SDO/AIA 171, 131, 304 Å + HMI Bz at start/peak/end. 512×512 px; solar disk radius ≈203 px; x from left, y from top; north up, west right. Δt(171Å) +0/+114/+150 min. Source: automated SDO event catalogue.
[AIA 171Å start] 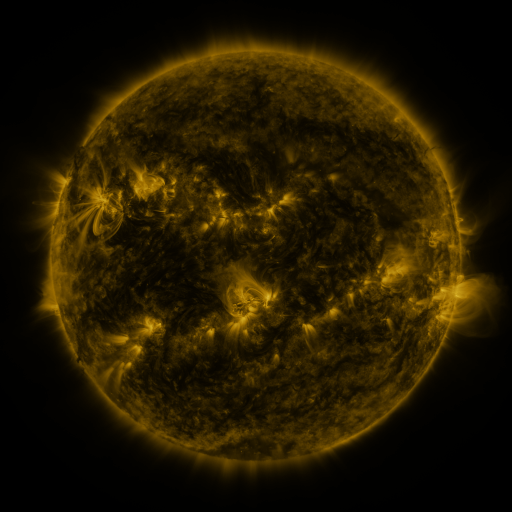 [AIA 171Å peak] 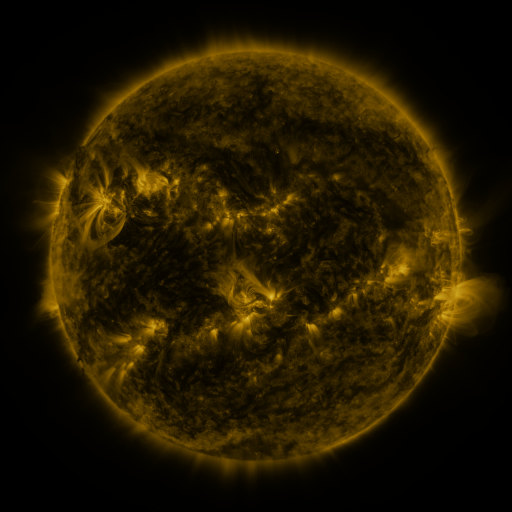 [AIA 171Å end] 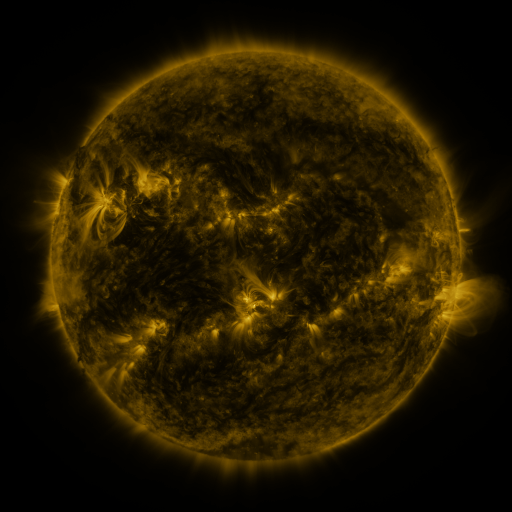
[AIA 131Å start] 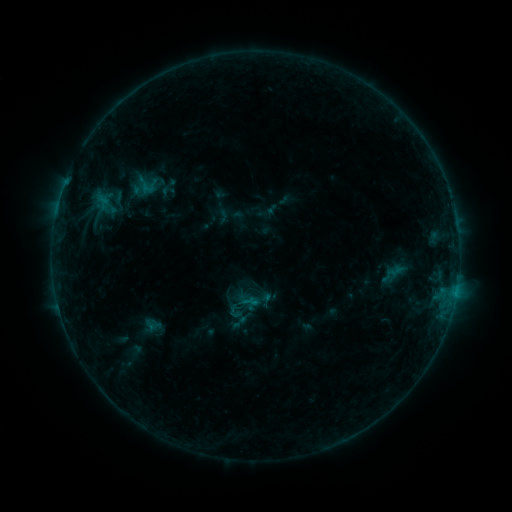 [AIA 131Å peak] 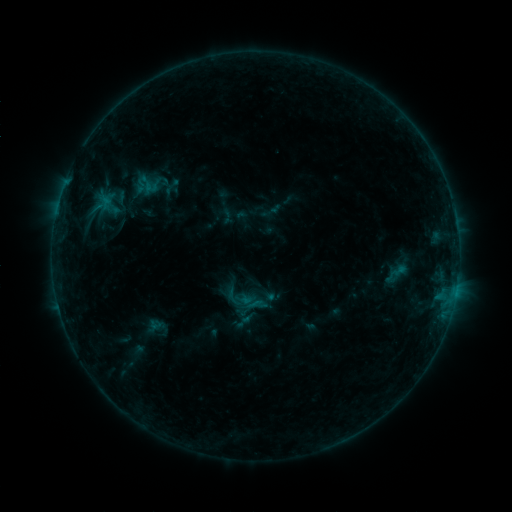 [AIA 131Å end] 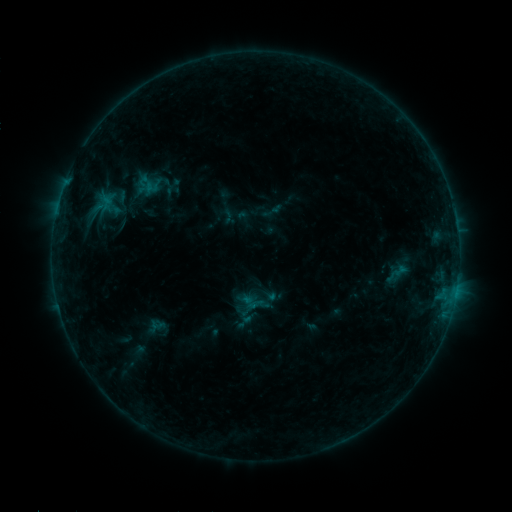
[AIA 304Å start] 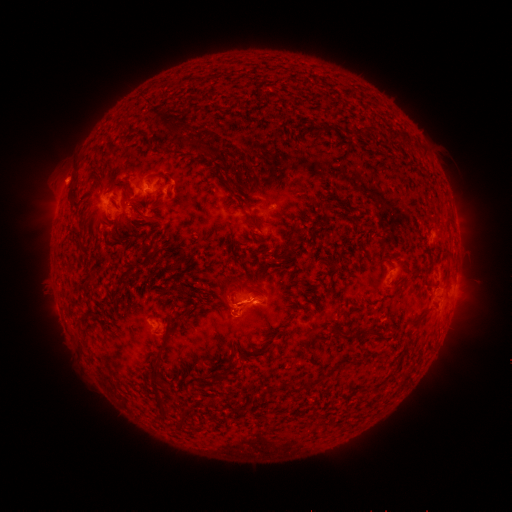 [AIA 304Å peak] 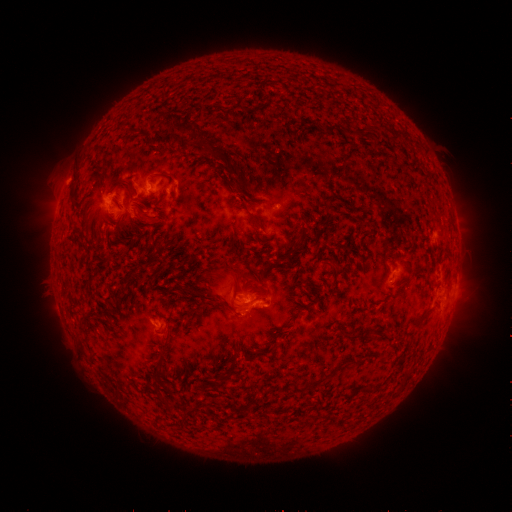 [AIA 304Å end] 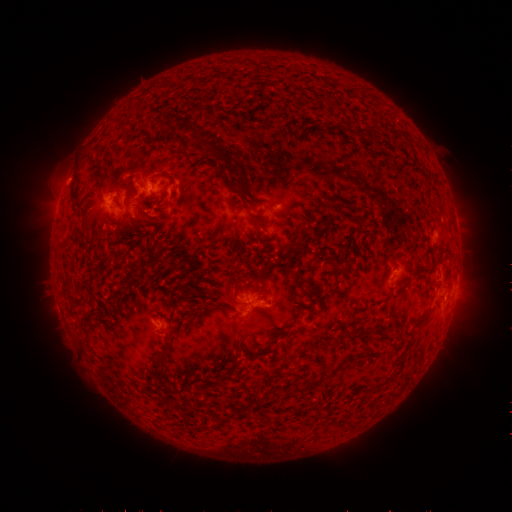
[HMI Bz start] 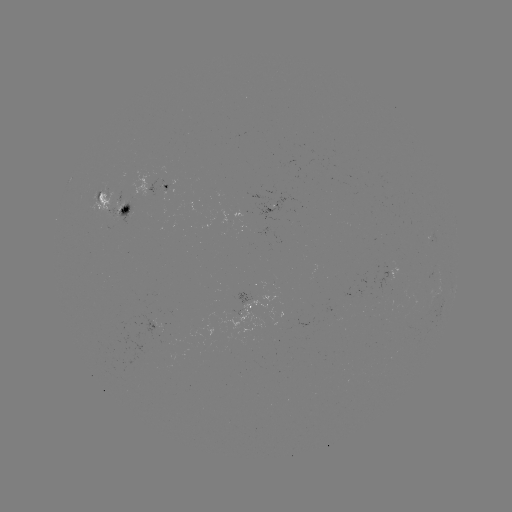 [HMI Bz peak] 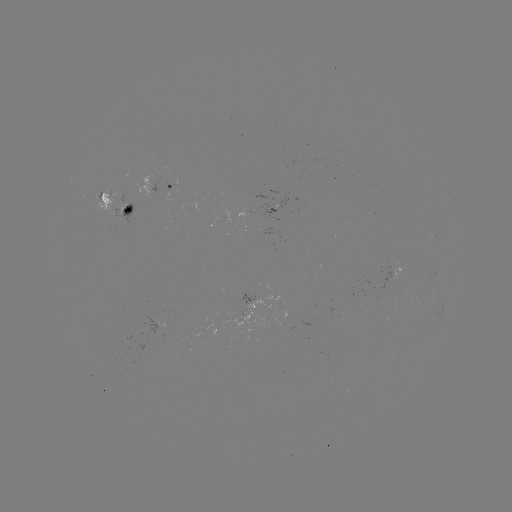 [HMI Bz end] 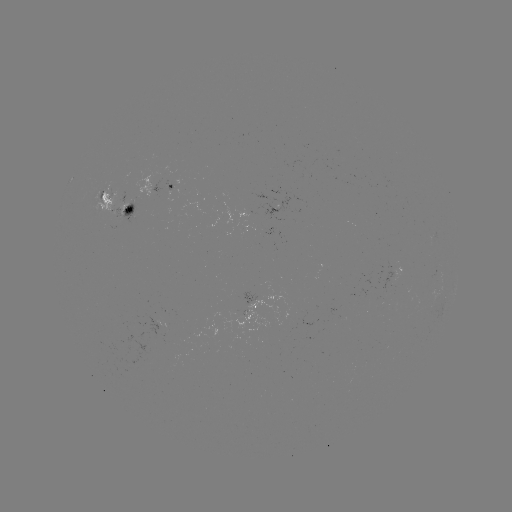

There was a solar emerging-flux region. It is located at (395, 279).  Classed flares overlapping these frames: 2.